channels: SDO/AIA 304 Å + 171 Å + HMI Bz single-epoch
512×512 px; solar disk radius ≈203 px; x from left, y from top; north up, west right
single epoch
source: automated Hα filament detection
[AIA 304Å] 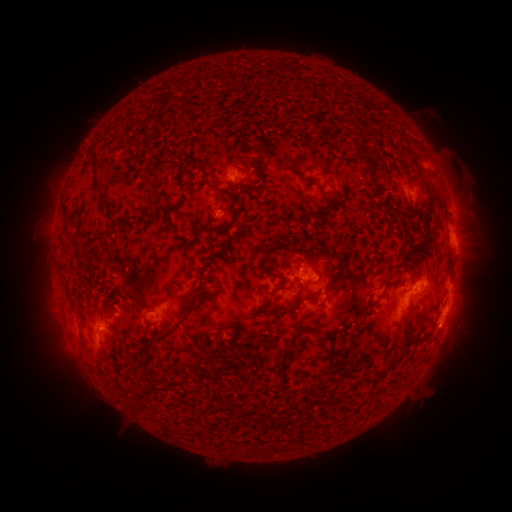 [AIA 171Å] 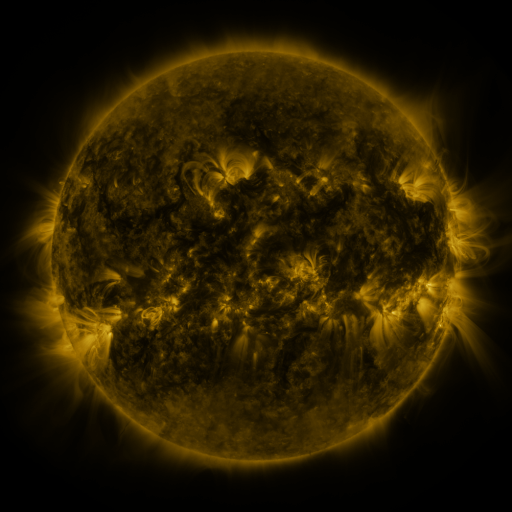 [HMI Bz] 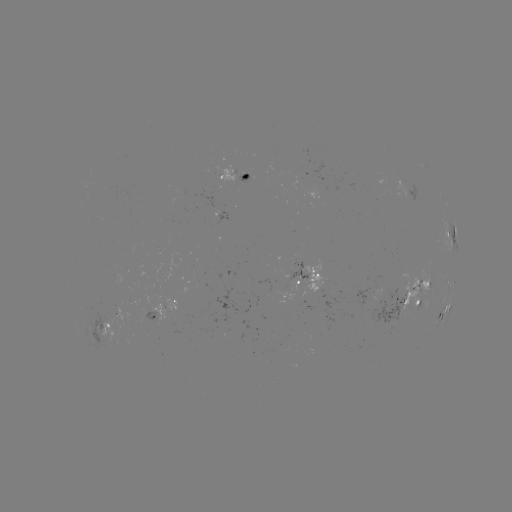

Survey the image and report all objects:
filament: (361, 156)
filament: (284, 158)
filament: (152, 177)
filament: (259, 178)
filament: (423, 179)
filament: (95, 186)
filament: (320, 187)
filament: (252, 189)
filament: (218, 190)
filament: (324, 212)
filament: (167, 216)
filament: (142, 217)
filament: (116, 225)
filament: (428, 229)
filament: (186, 231)
filament: (77, 233)
filament: (272, 243)
filament: (318, 244)
filament: (208, 260)
filament: (61, 268)
filament: (332, 270)
filament: (389, 277)
filament: (272, 292)
filament: (197, 298)
filament: (295, 308)
filament: (313, 330)
filament: (168, 335)
filament: (424, 335)
filament: (405, 336)
filament: (83, 338)
filament: (402, 350)
filament: (331, 351)
filament: (281, 362)
filament: (245, 377)
filament: (325, 380)
filament: (270, 387)
